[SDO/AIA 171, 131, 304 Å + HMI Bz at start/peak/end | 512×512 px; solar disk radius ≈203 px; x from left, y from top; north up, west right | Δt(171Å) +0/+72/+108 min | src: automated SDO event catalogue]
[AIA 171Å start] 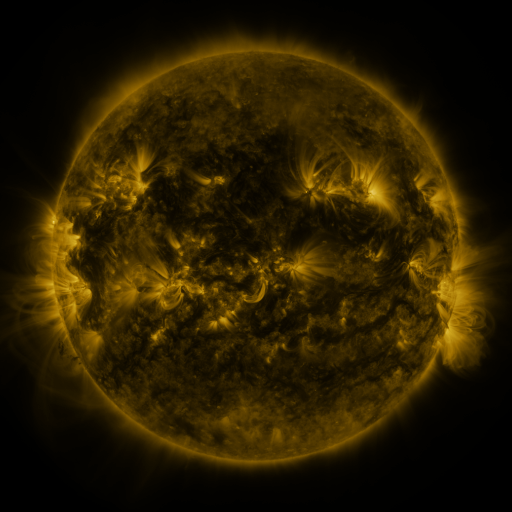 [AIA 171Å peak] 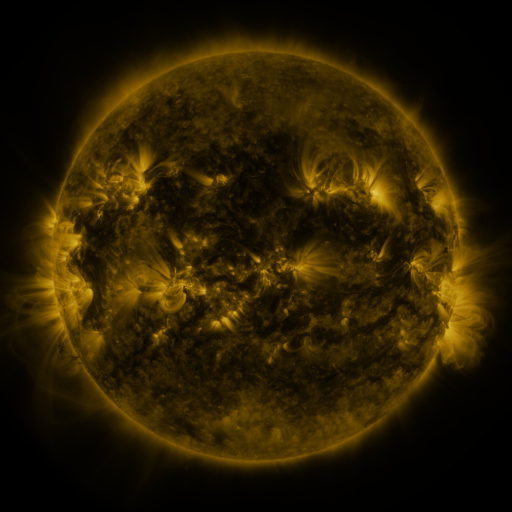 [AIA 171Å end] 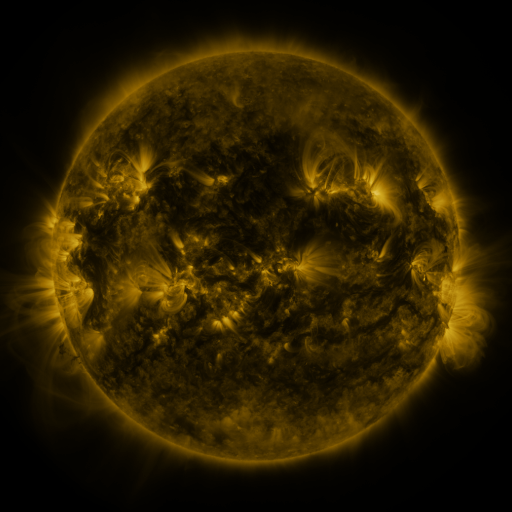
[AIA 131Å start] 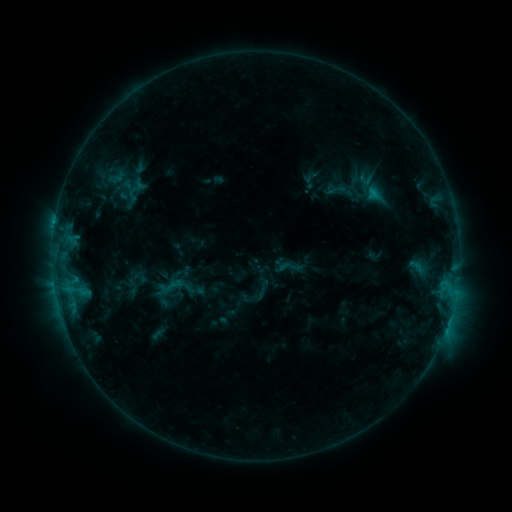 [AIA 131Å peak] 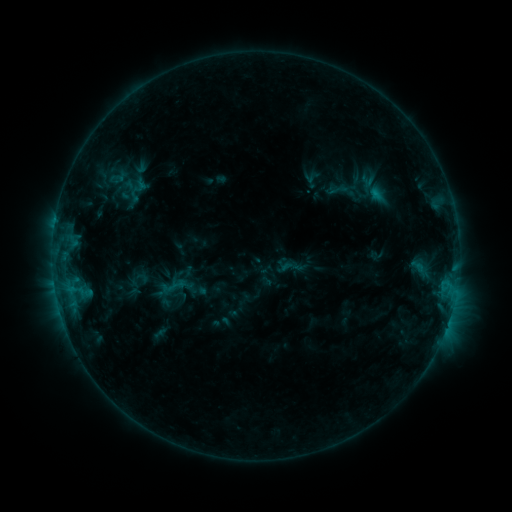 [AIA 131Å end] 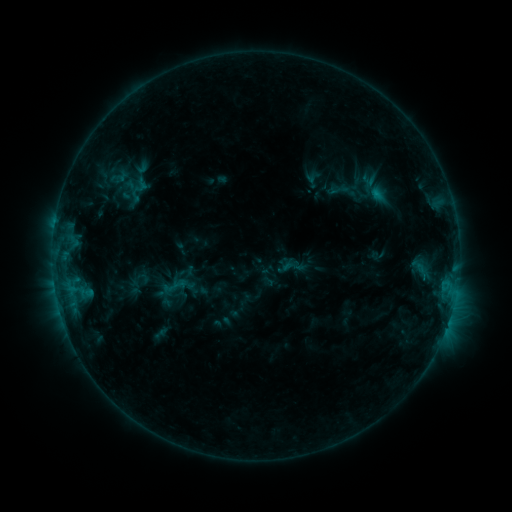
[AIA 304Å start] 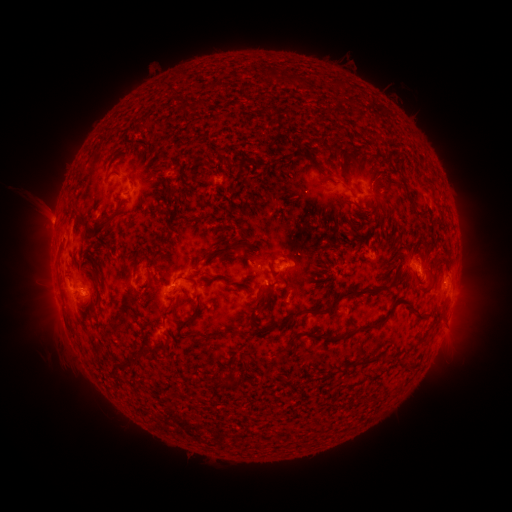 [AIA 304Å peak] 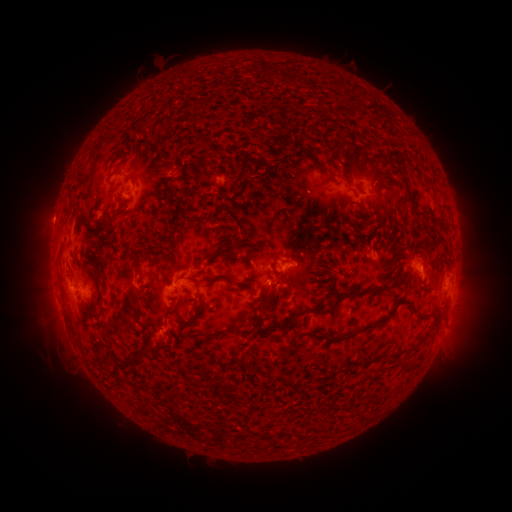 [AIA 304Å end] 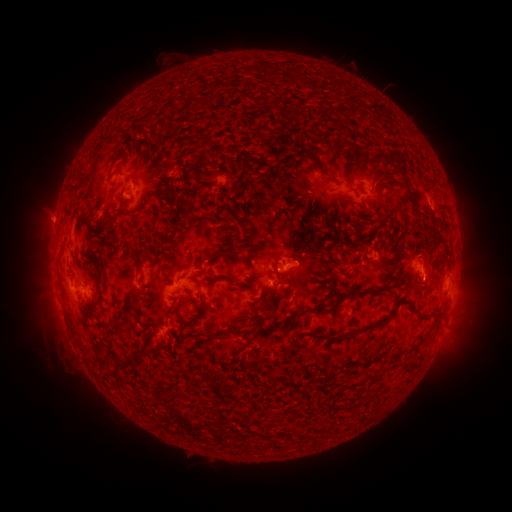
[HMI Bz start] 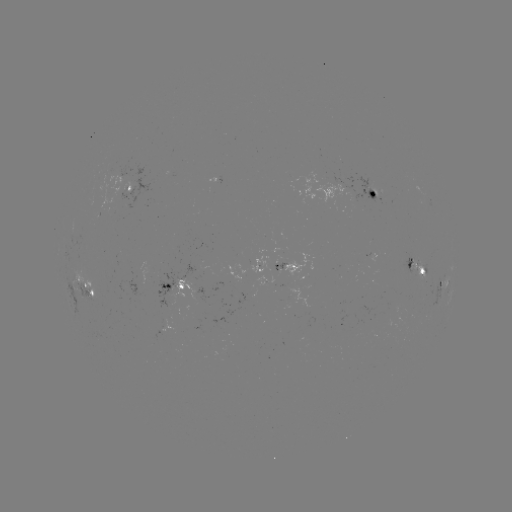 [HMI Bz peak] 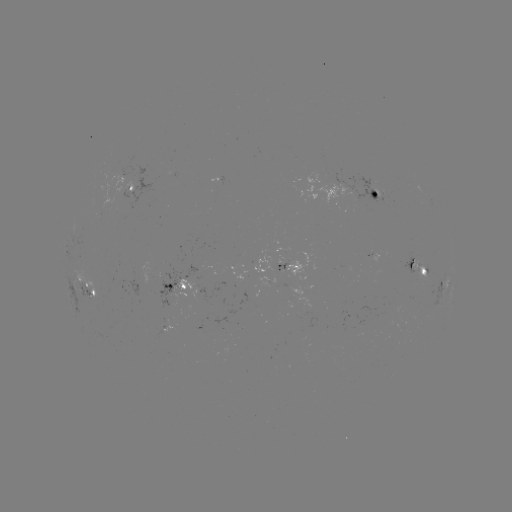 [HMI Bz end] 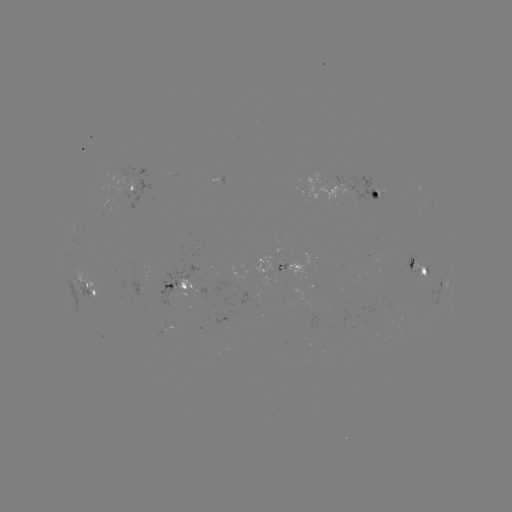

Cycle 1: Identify emerging-flux region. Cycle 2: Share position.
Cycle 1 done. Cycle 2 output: (304, 303).